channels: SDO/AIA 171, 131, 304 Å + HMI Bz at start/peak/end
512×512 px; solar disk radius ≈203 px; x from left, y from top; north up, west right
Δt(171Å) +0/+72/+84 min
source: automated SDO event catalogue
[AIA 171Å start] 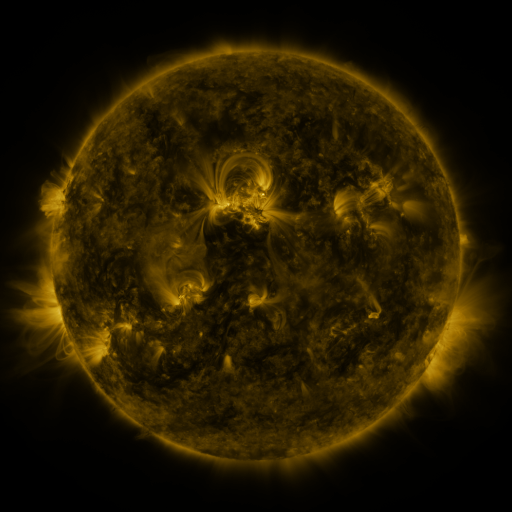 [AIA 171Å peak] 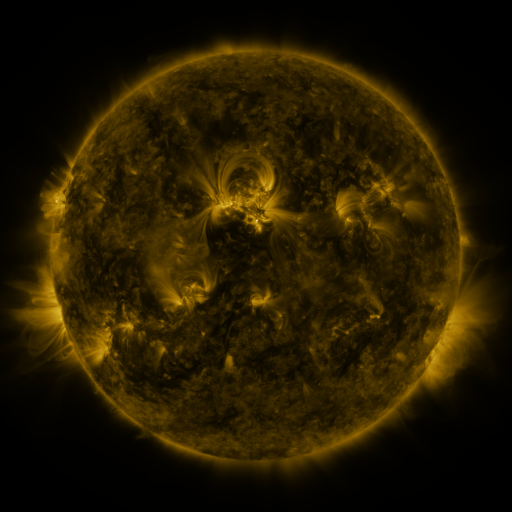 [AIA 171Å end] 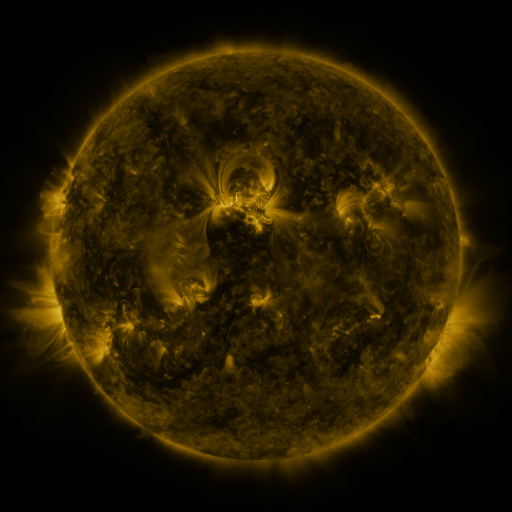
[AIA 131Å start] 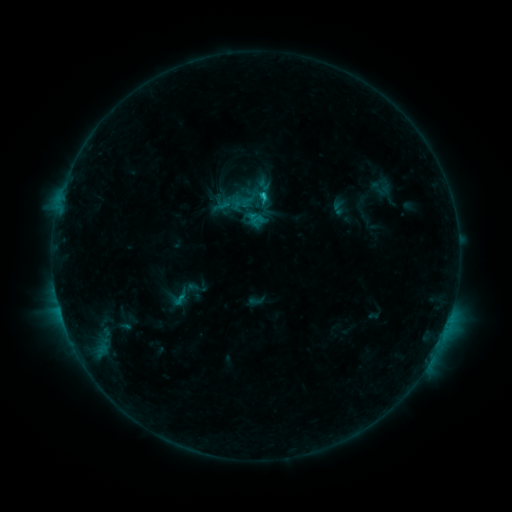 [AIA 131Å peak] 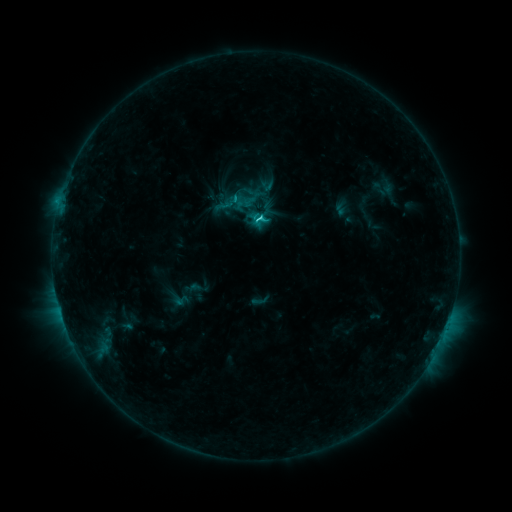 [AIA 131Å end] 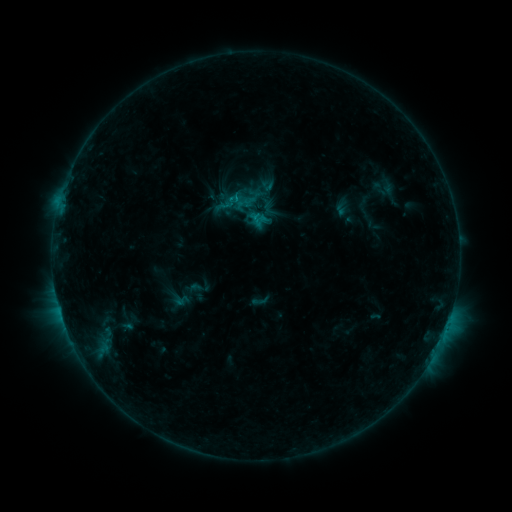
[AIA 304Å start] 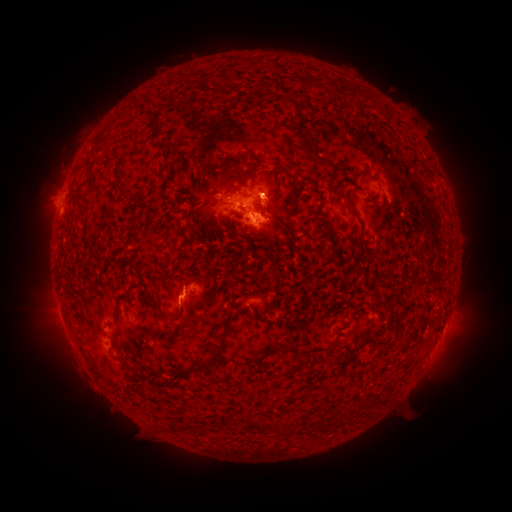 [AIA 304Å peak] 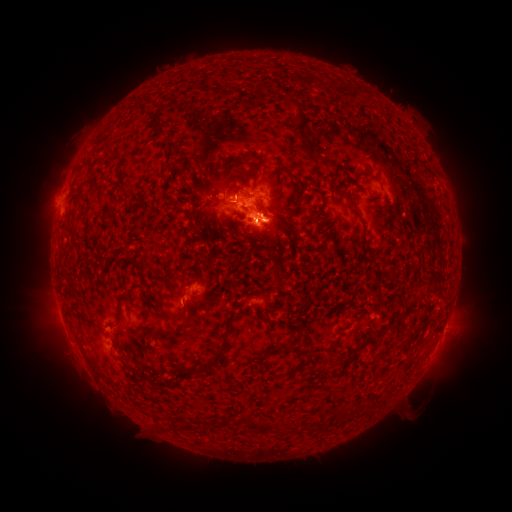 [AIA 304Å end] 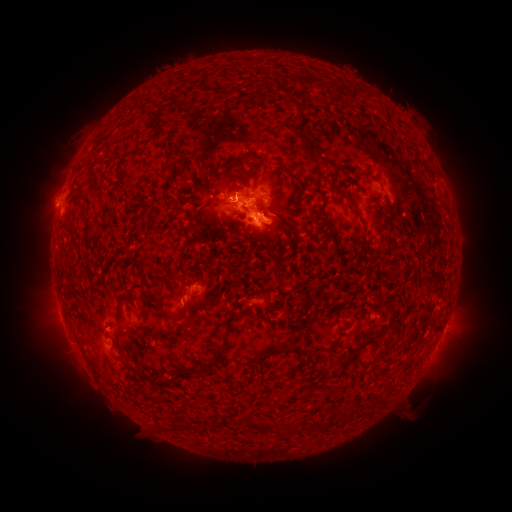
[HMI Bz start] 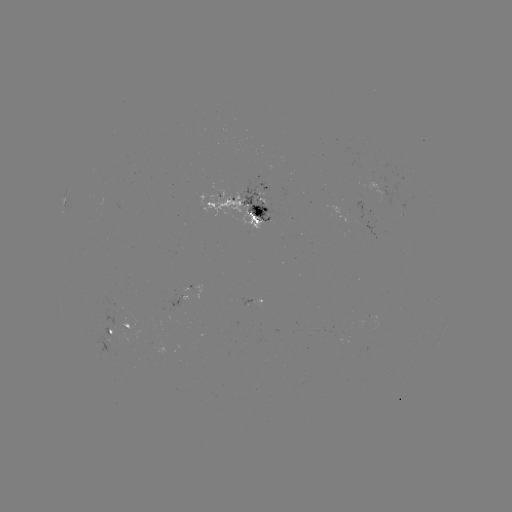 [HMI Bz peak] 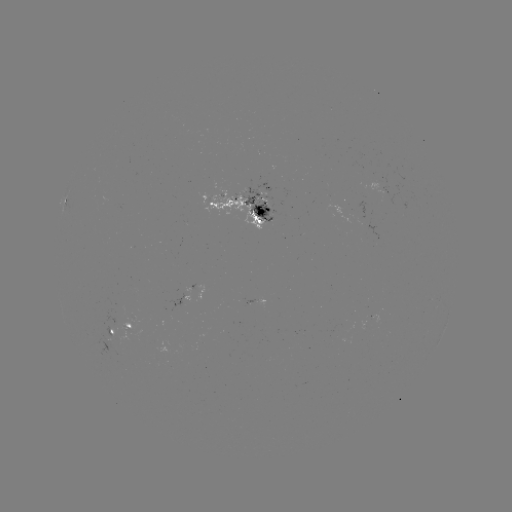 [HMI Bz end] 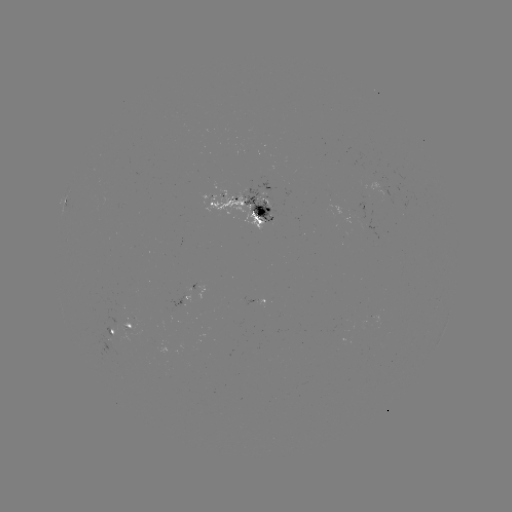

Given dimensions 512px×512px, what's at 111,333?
emerging-flux region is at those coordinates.